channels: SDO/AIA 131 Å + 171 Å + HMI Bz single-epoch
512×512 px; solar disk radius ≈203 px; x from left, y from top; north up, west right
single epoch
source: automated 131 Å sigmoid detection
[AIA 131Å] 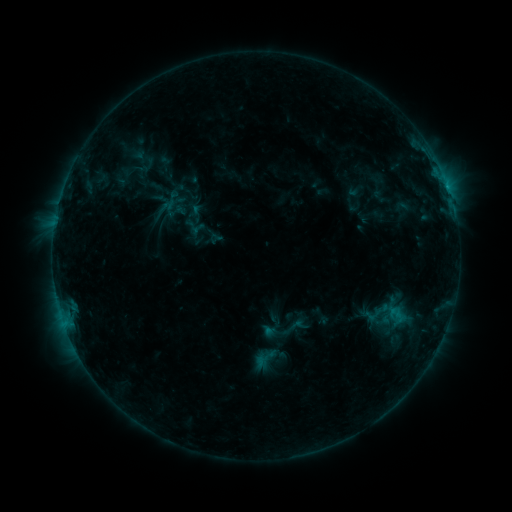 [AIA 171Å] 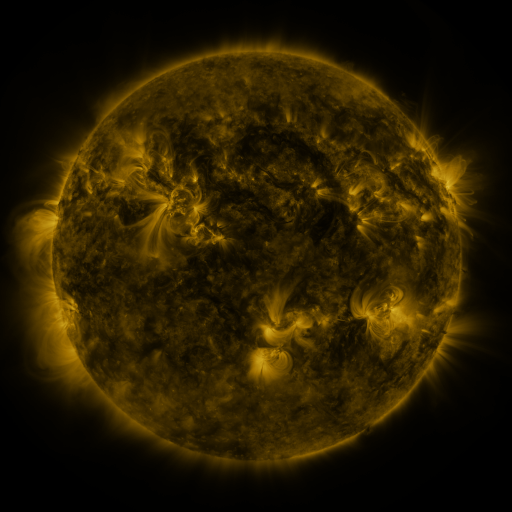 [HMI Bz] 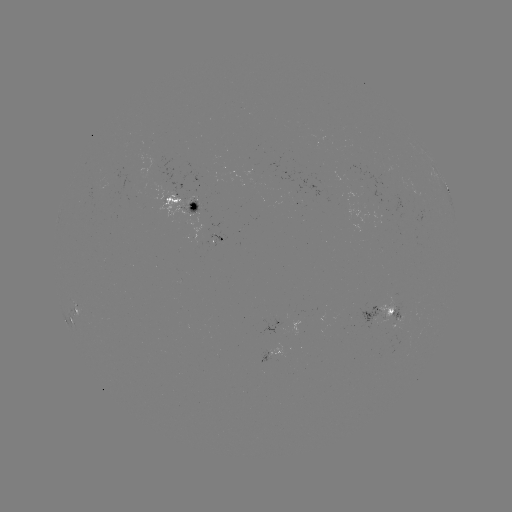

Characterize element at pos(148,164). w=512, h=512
sigmoid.